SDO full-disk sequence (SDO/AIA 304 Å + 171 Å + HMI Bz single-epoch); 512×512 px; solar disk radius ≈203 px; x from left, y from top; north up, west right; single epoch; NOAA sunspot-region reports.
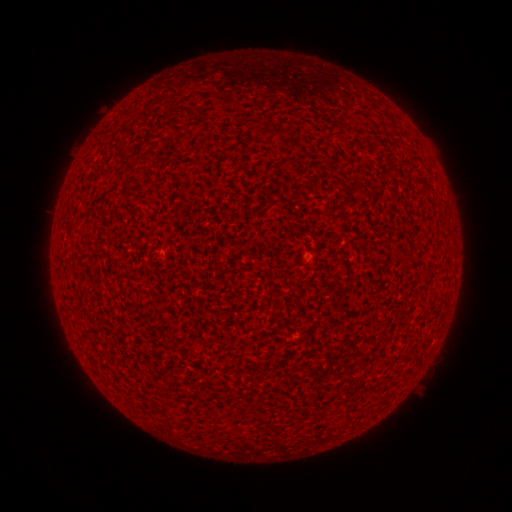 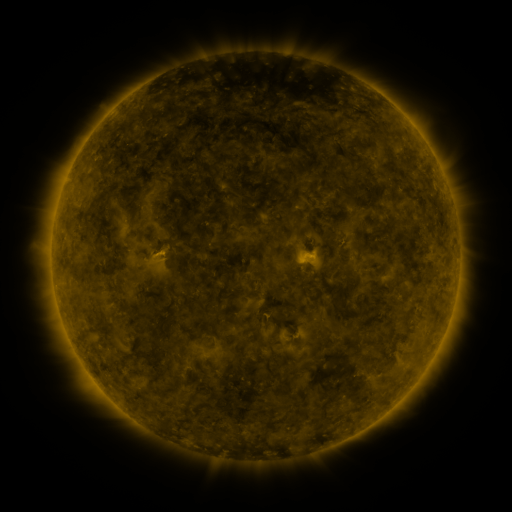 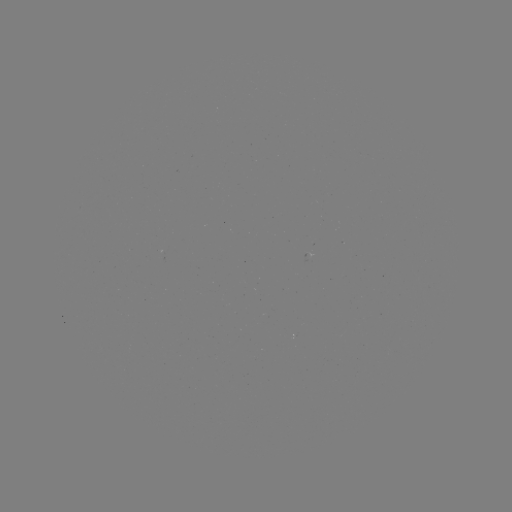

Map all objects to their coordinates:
(none)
